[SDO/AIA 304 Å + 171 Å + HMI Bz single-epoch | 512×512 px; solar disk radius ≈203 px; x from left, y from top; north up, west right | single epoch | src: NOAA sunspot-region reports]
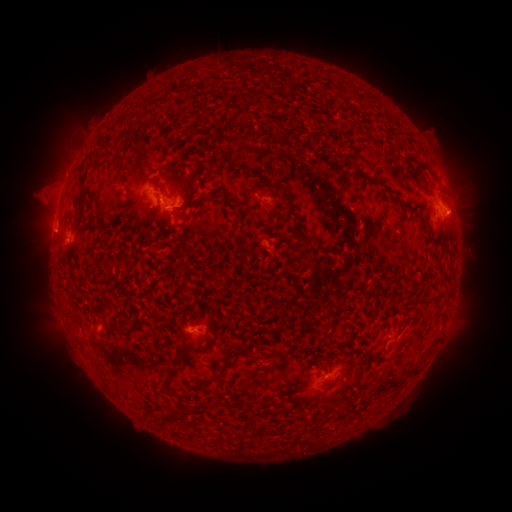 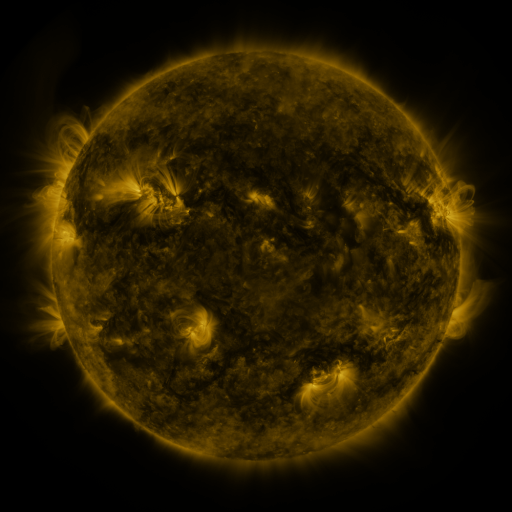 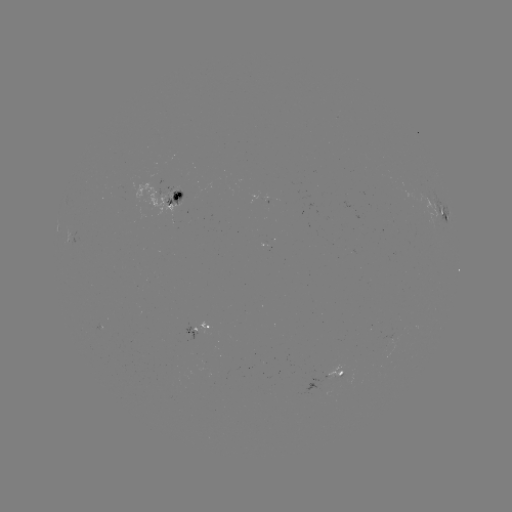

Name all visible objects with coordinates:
spotted active region: (179, 198)
spotted active region: (265, 200)
spotted active region: (445, 217)
spotted active region: (201, 332)
spotted active region: (339, 373)
